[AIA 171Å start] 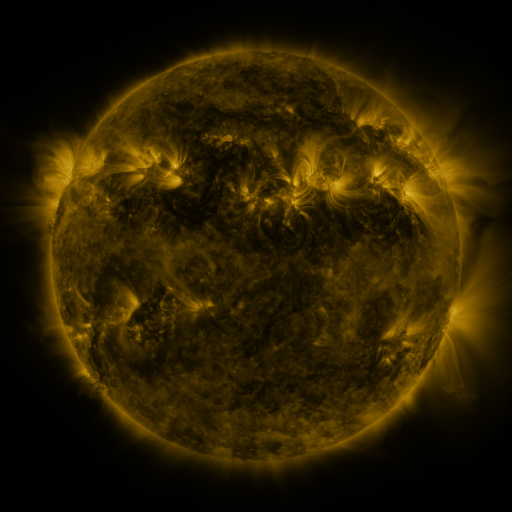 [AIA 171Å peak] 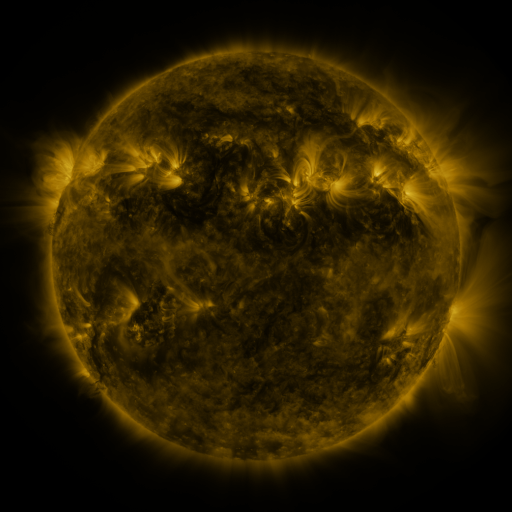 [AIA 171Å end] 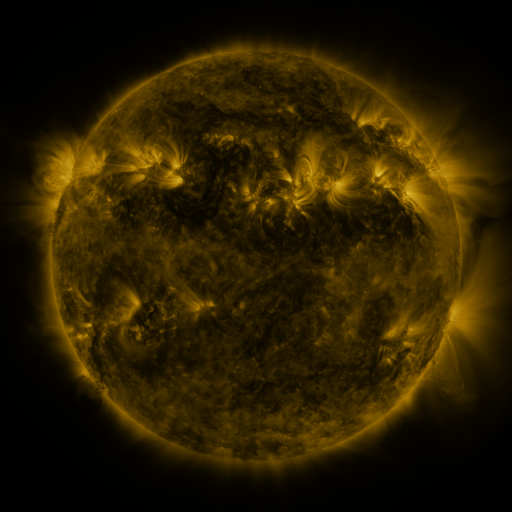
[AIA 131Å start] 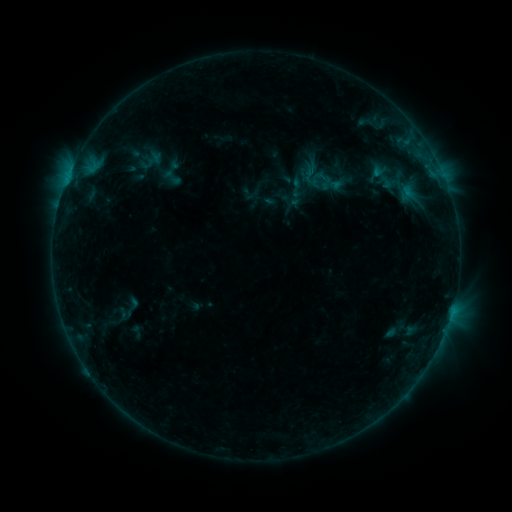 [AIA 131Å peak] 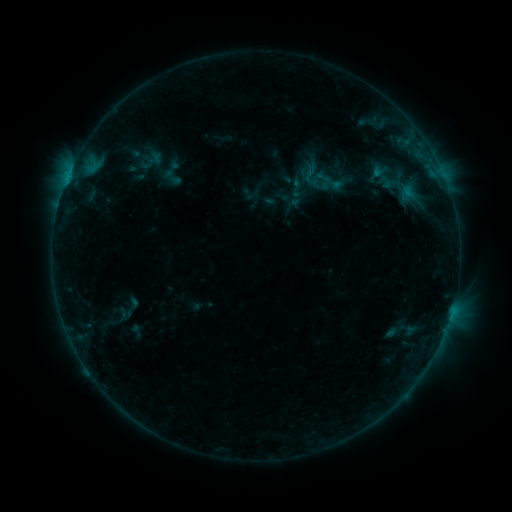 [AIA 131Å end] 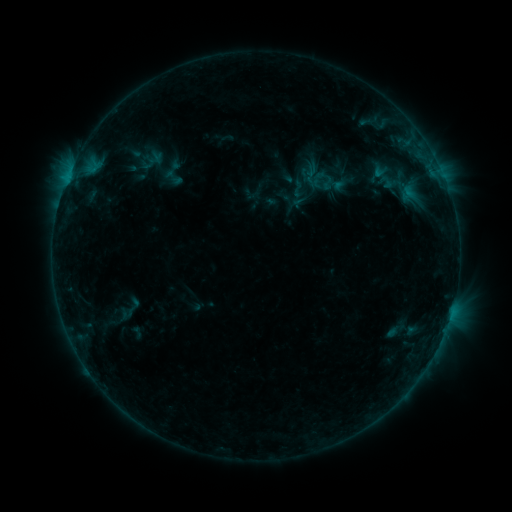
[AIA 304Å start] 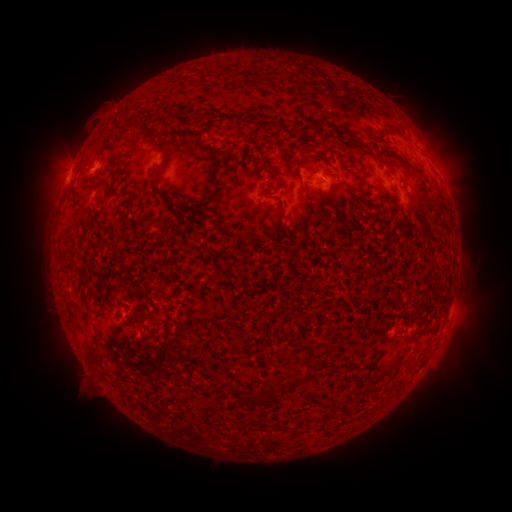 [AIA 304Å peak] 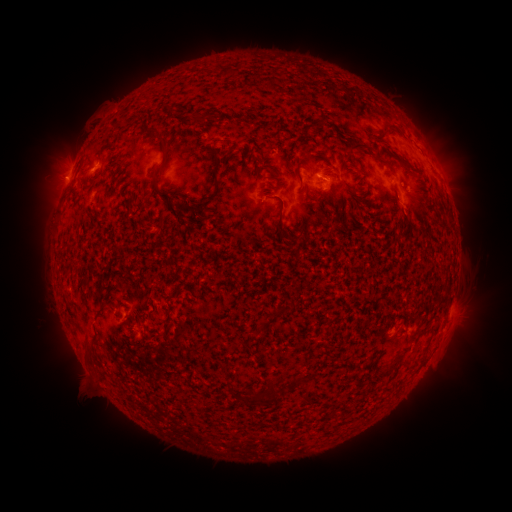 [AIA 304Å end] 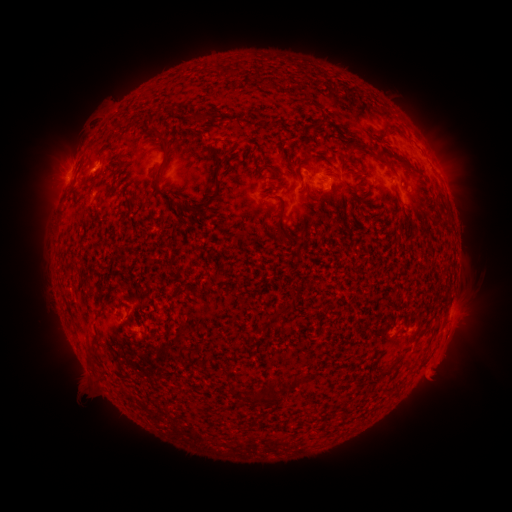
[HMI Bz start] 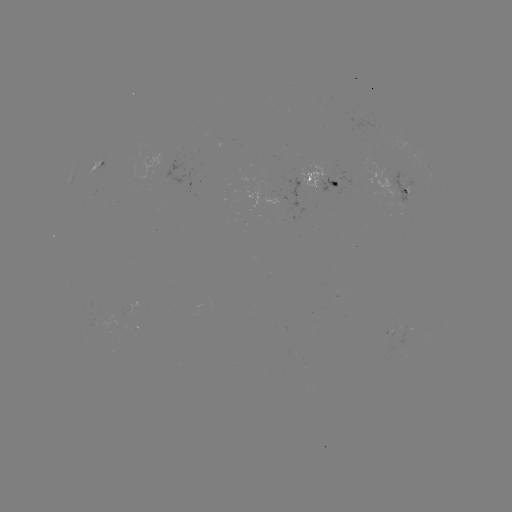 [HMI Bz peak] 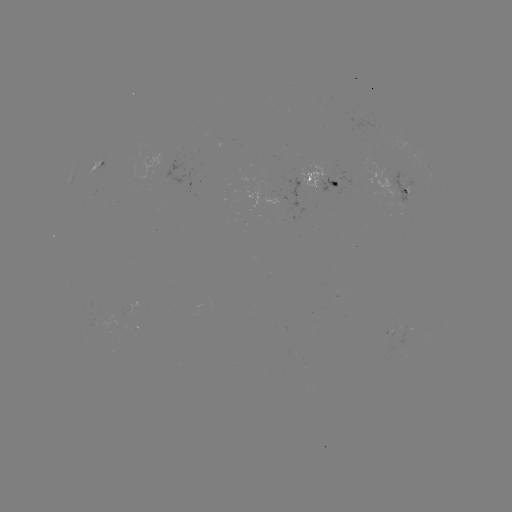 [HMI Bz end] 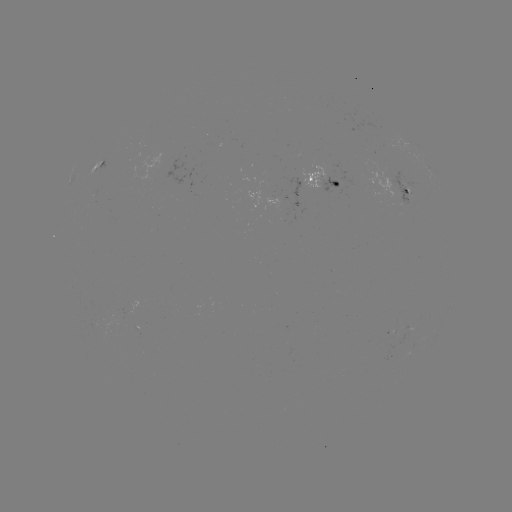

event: emerging-flux region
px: (400, 190)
